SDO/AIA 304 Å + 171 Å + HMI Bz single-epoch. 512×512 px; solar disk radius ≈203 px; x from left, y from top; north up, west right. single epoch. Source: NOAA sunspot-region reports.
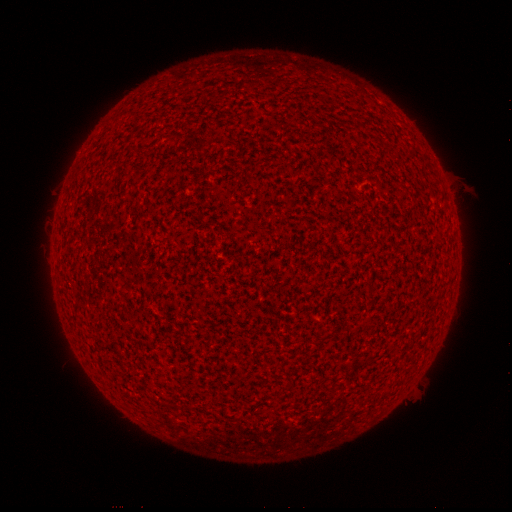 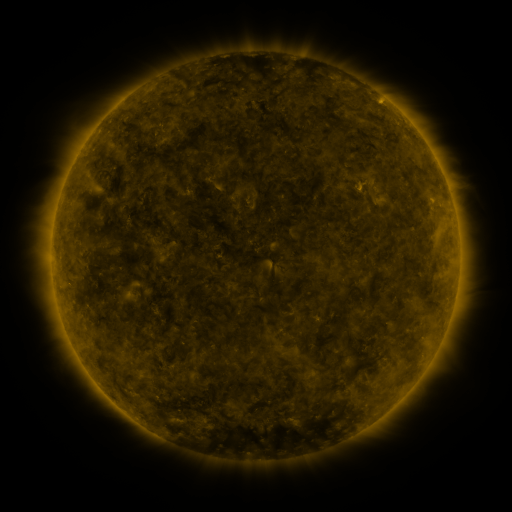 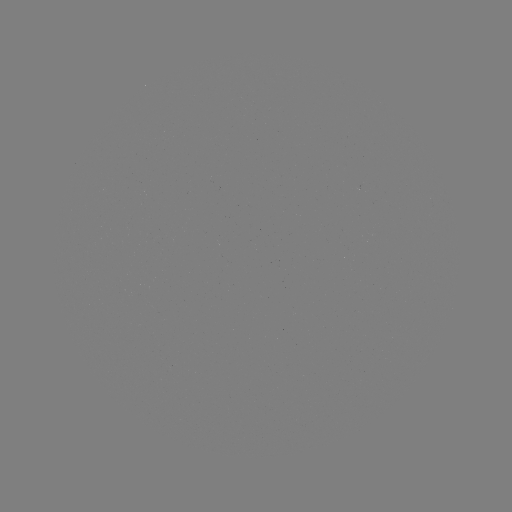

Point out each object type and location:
(none)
